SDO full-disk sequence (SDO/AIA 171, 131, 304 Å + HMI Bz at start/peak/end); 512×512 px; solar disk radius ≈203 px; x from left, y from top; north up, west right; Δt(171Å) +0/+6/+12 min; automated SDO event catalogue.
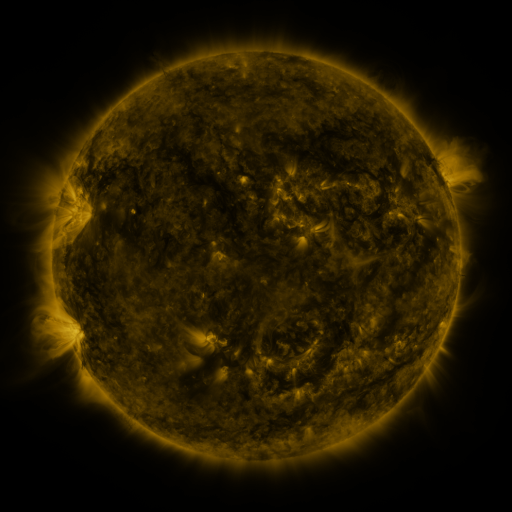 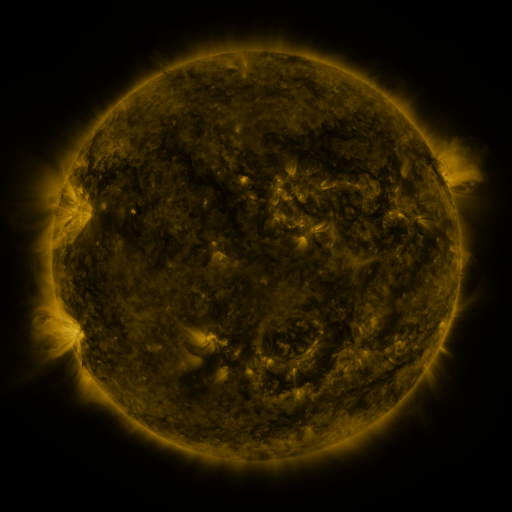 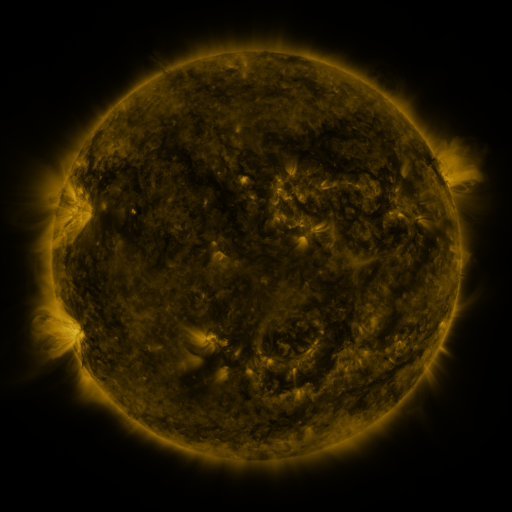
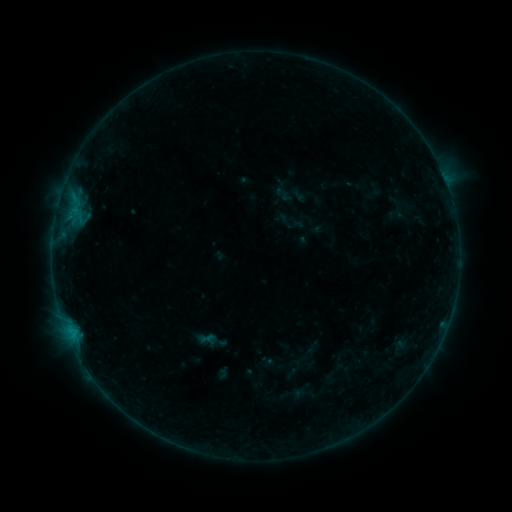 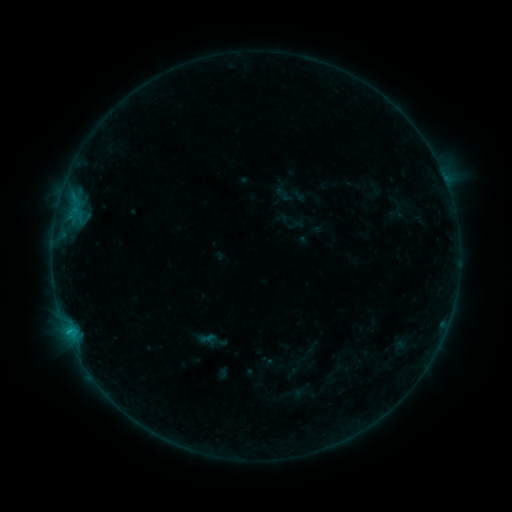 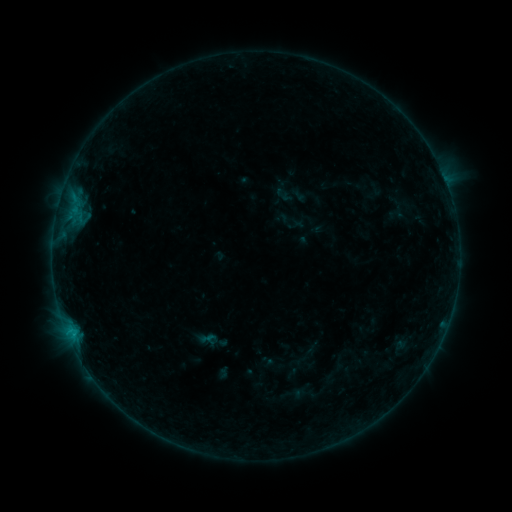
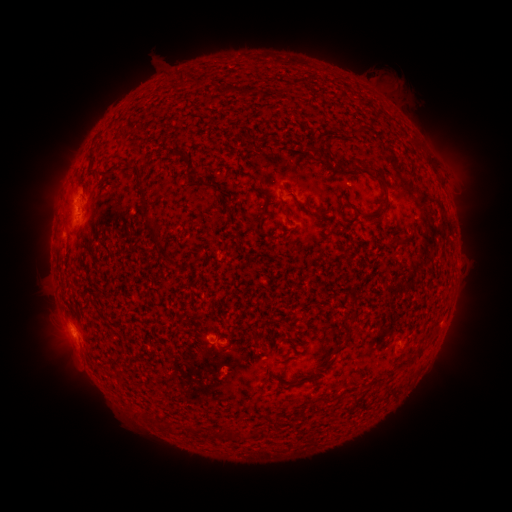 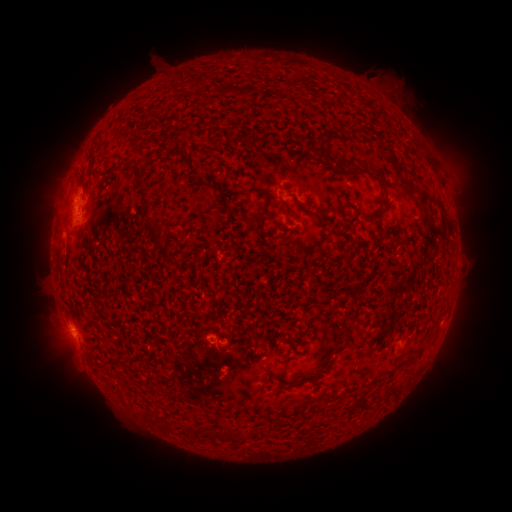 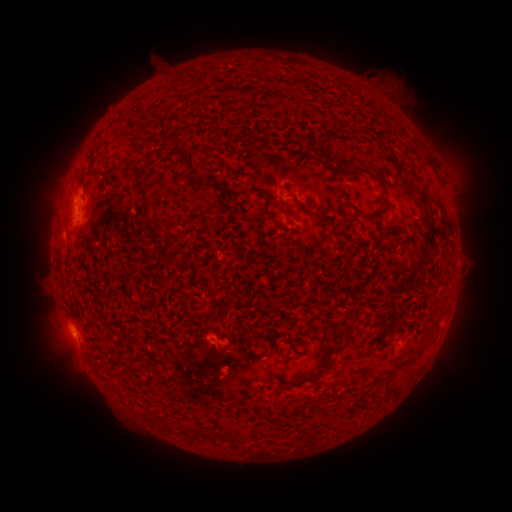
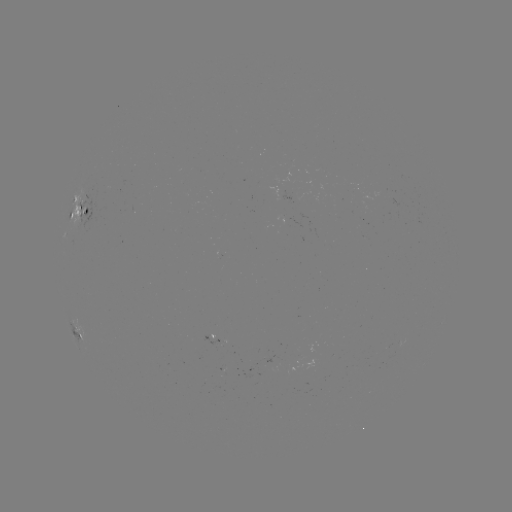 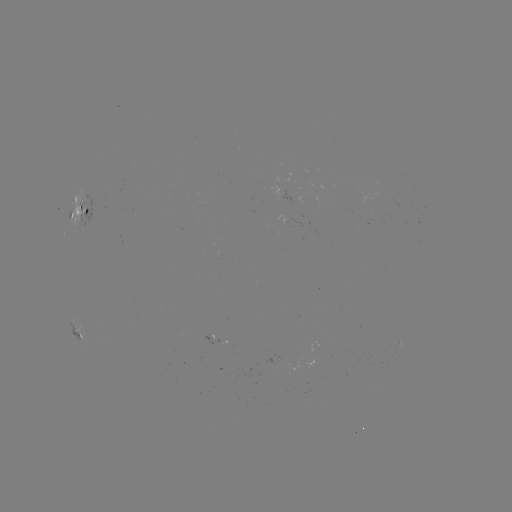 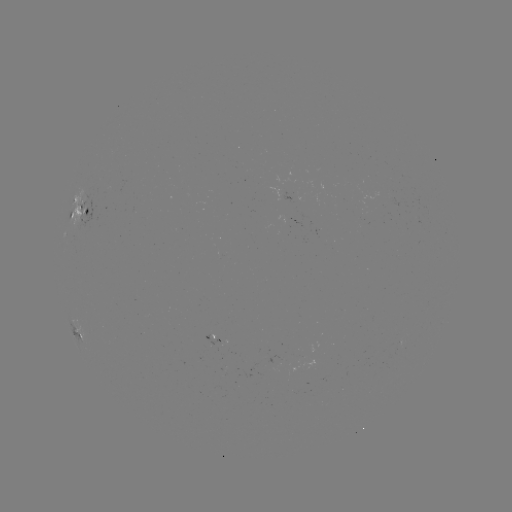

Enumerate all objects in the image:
B3.8 flare: (69, 330)
